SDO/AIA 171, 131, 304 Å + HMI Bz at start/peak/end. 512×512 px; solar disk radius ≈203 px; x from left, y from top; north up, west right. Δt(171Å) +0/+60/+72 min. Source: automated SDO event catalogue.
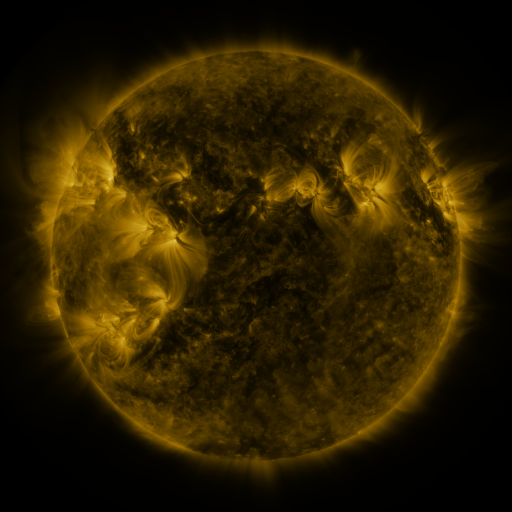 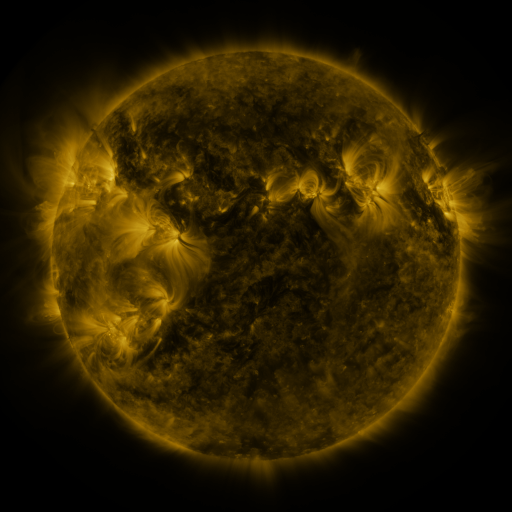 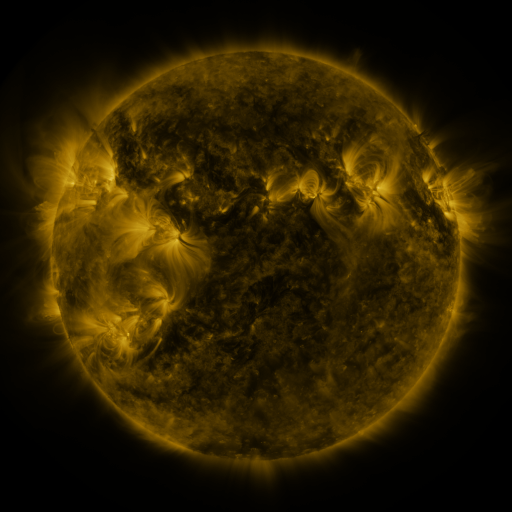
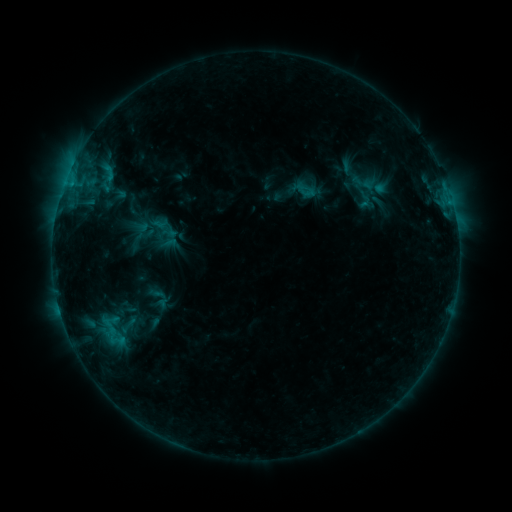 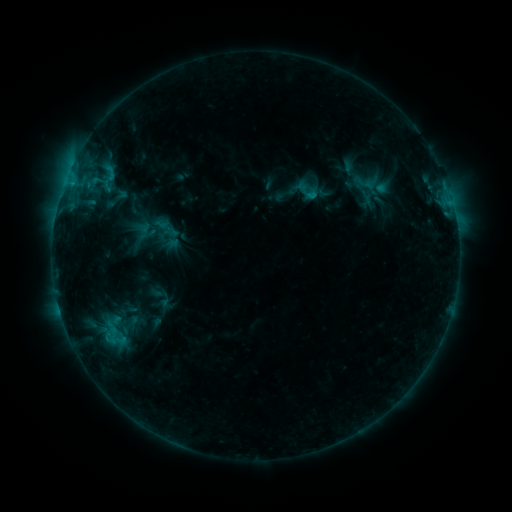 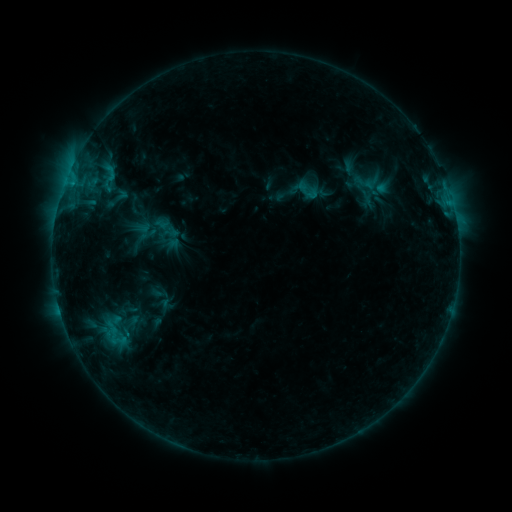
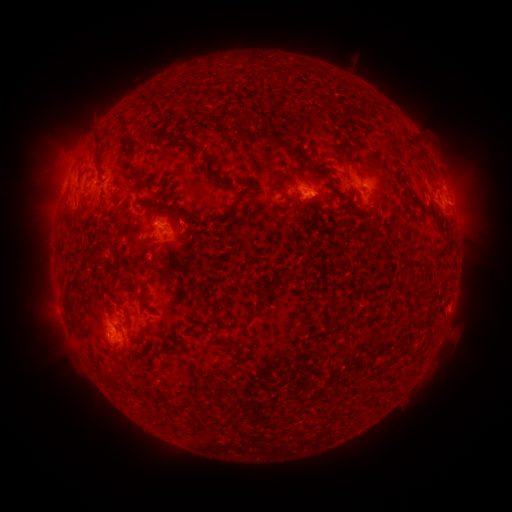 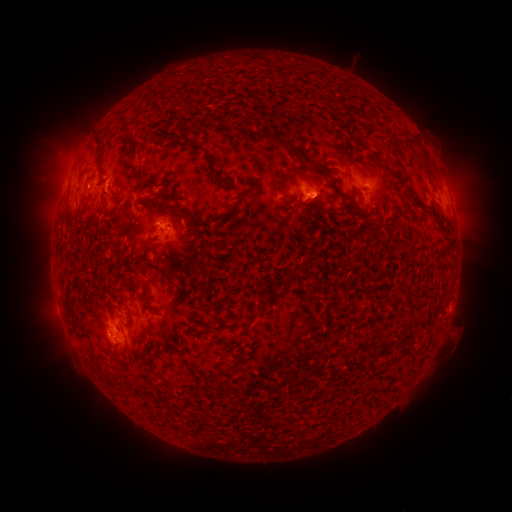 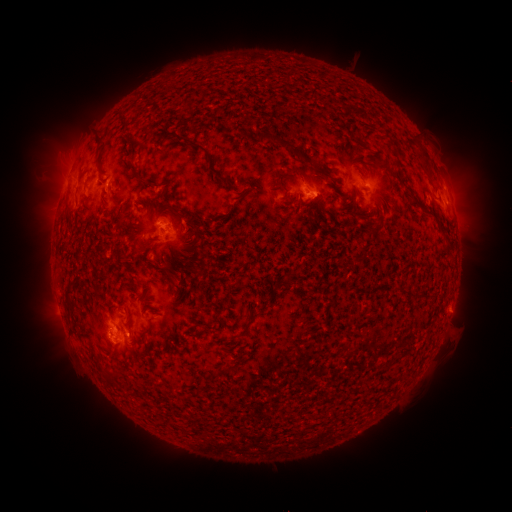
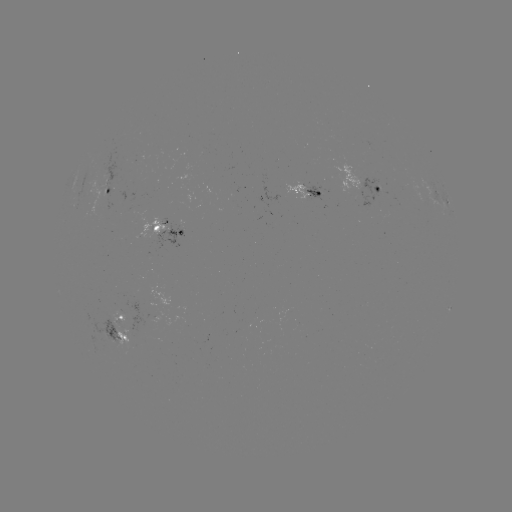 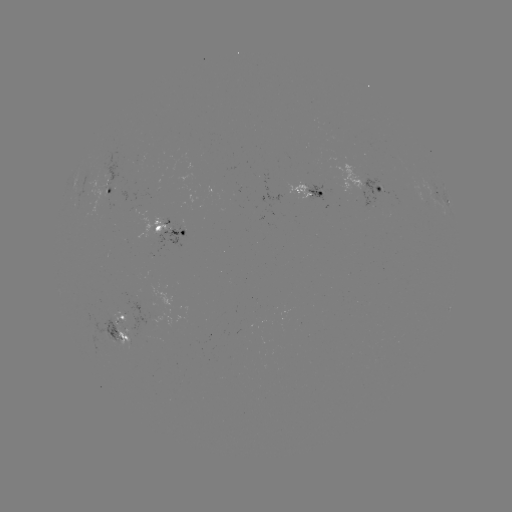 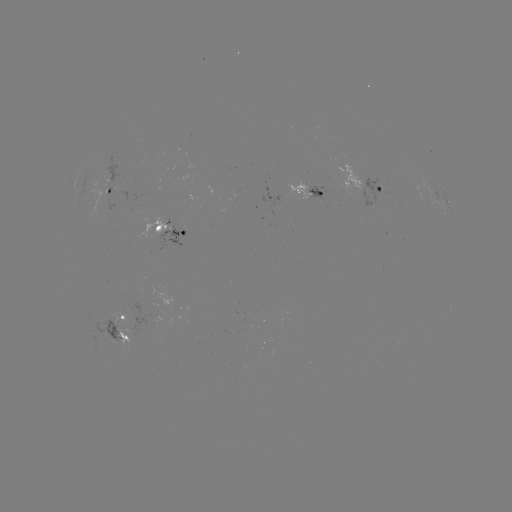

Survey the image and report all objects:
emerging-flux region: (104, 337)
